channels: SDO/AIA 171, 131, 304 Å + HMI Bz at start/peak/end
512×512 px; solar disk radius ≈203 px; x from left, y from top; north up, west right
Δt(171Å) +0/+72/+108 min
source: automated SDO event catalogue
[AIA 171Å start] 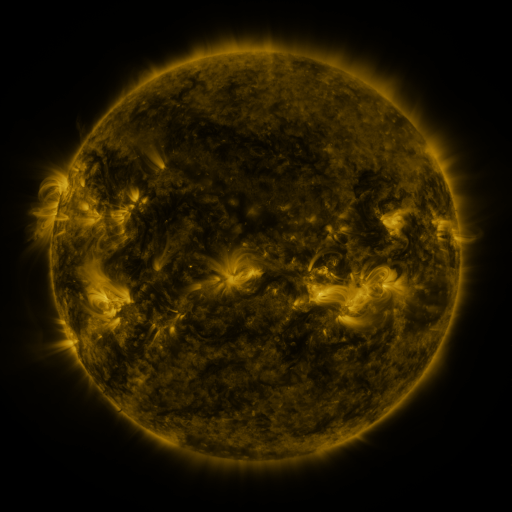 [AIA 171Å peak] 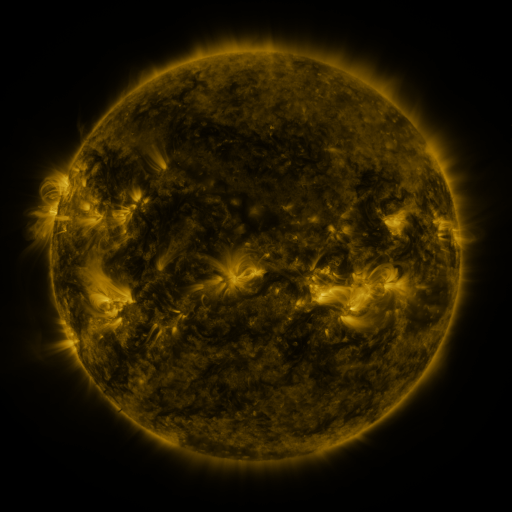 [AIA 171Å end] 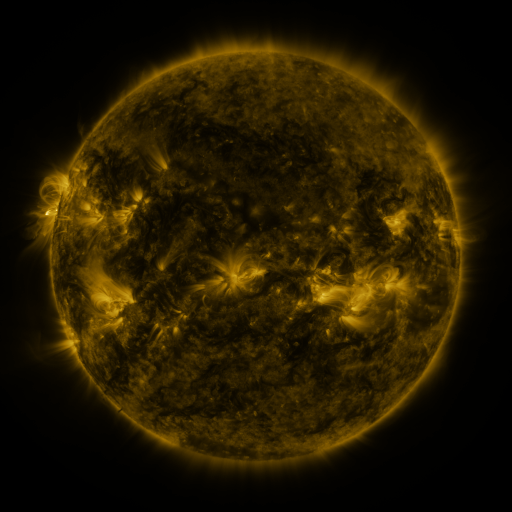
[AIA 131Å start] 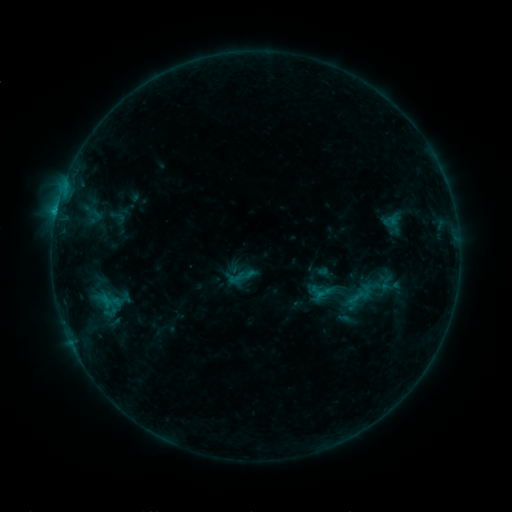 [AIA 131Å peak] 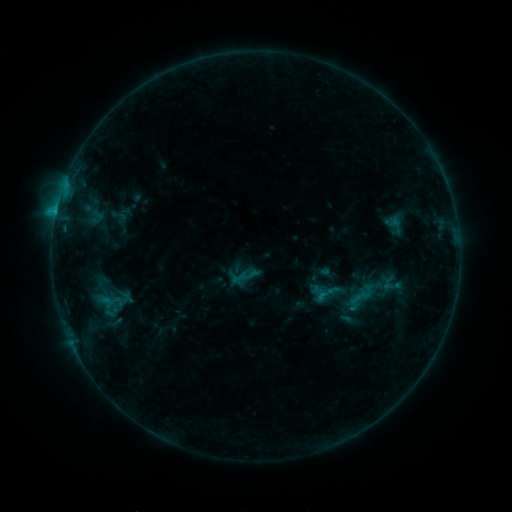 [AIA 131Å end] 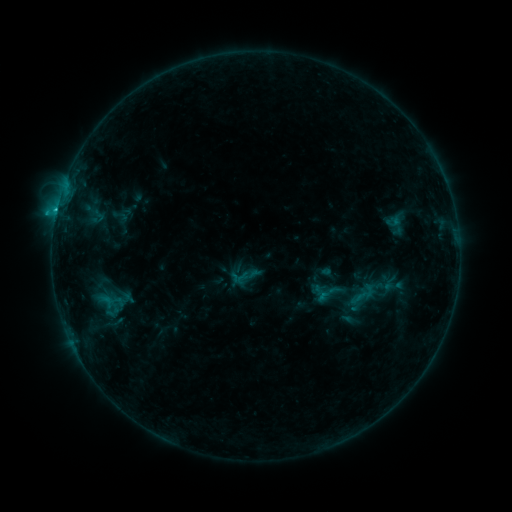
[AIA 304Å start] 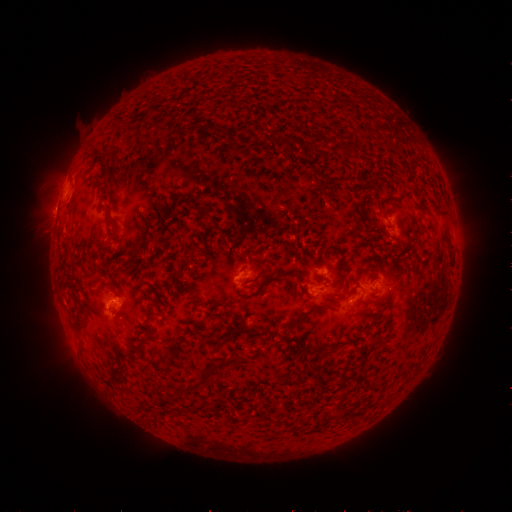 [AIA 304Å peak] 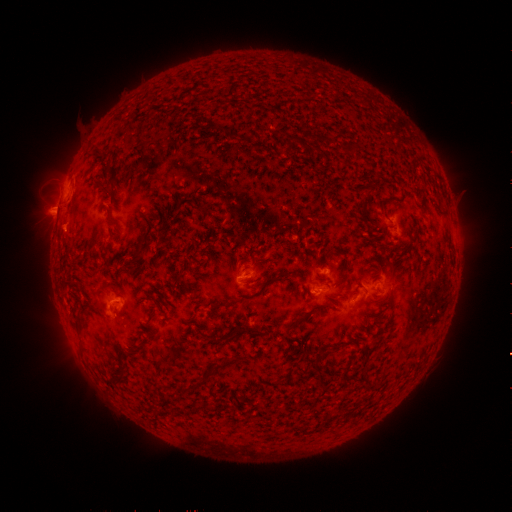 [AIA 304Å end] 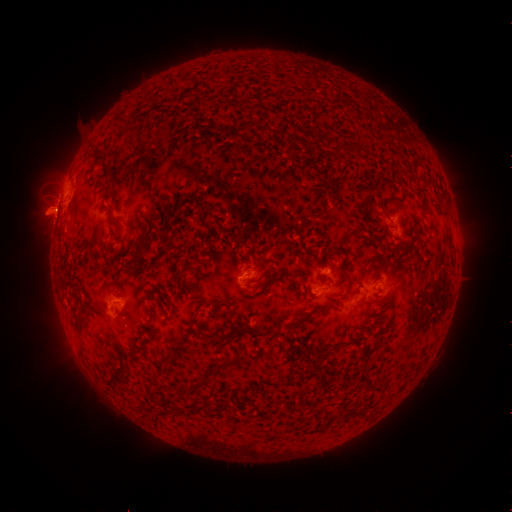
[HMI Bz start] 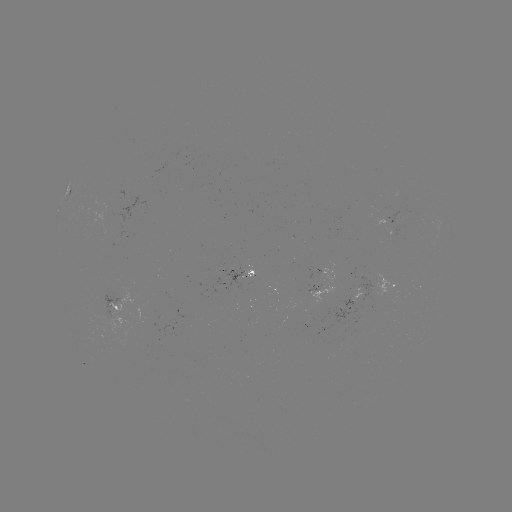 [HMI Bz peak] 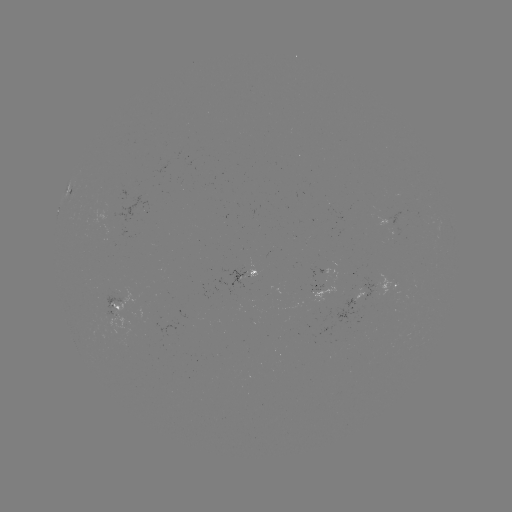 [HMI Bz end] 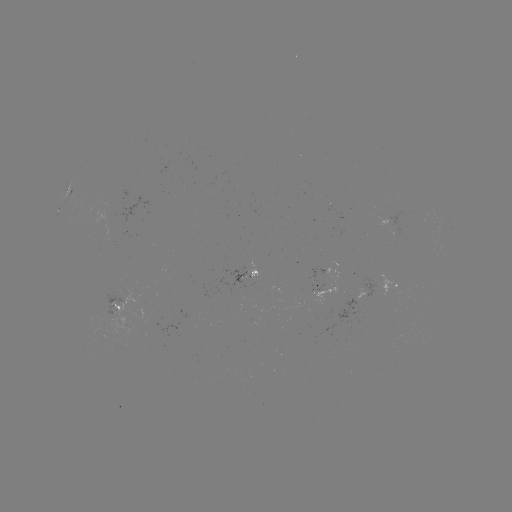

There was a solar emerging-flux region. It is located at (107, 310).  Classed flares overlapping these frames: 2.